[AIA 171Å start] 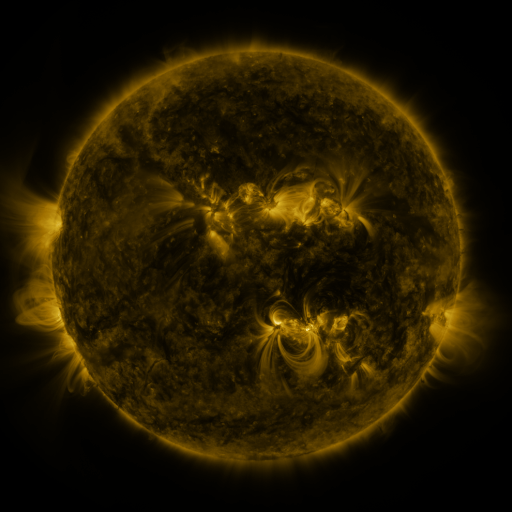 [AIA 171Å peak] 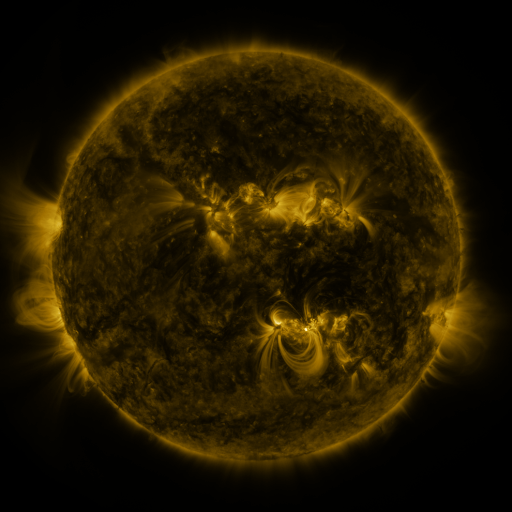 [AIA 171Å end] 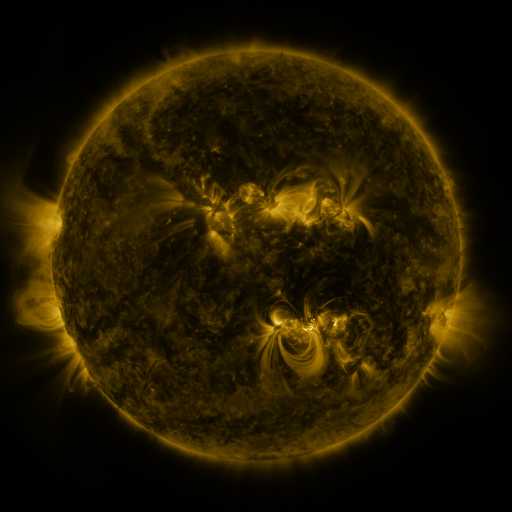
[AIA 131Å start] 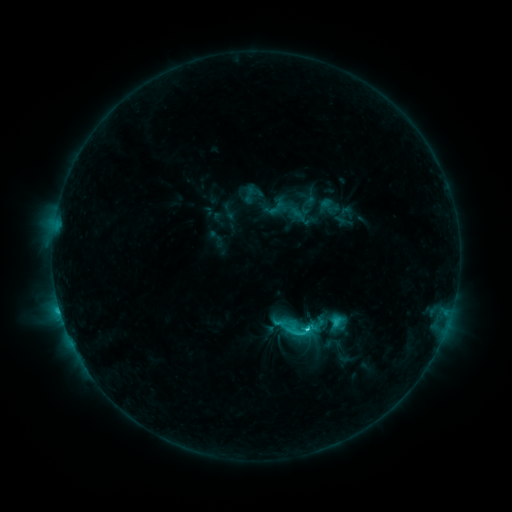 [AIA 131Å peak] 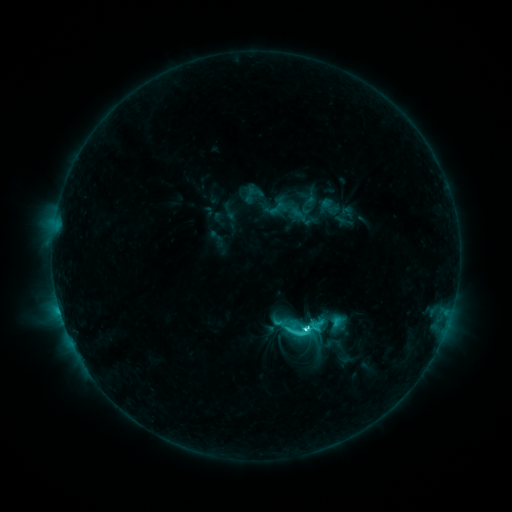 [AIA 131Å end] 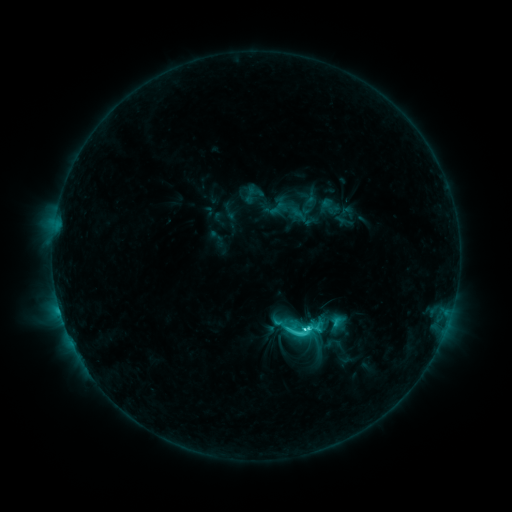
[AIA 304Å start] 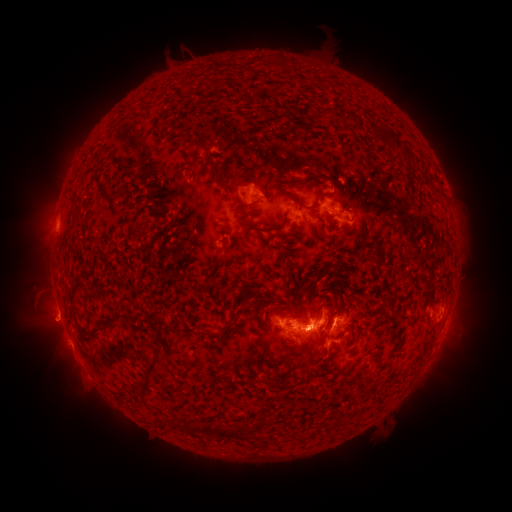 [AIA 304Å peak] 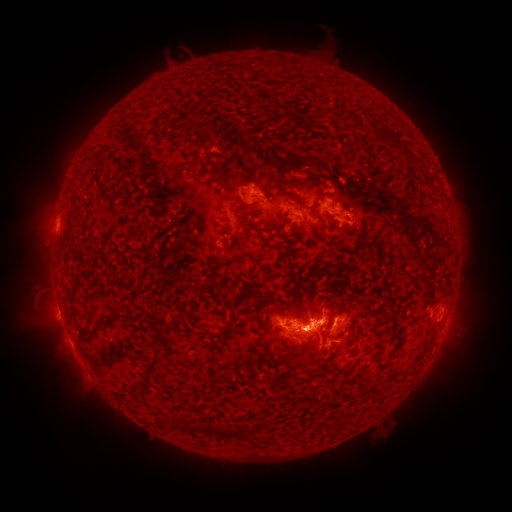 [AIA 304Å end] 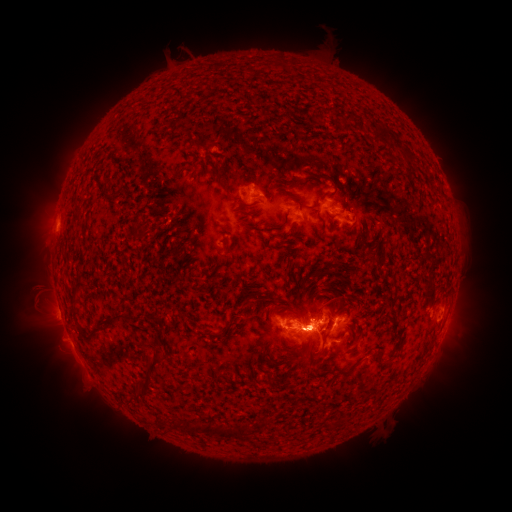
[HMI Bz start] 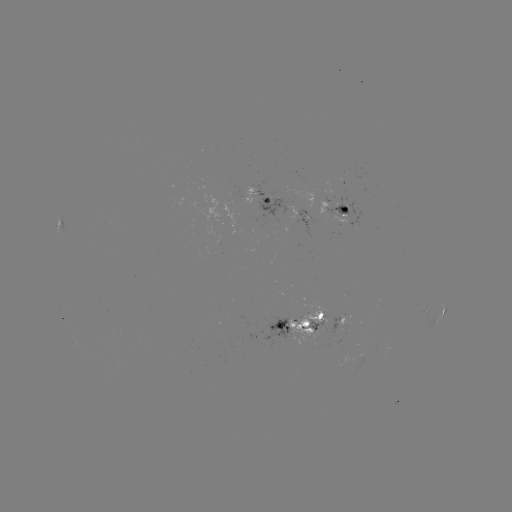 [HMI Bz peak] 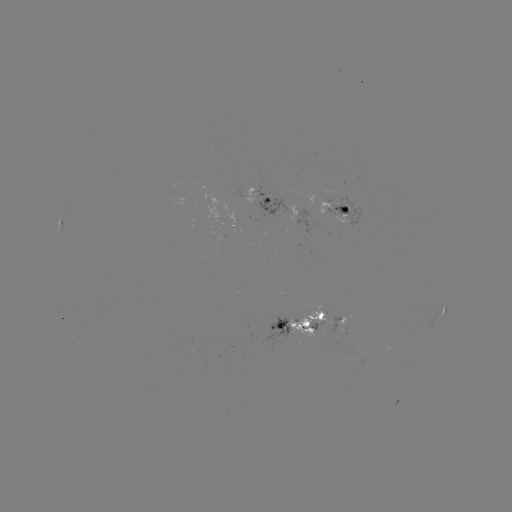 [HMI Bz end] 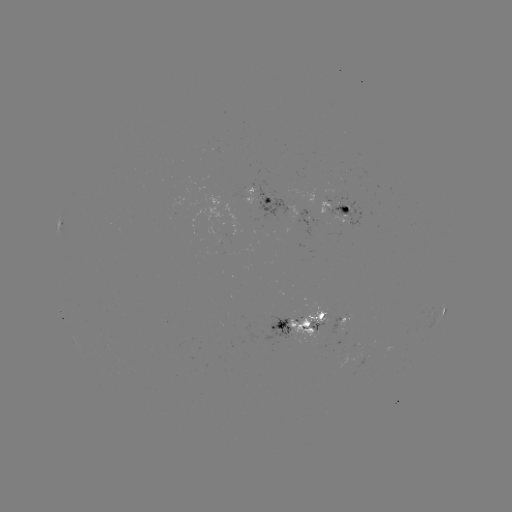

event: flare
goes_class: C6.1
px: (303, 326)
